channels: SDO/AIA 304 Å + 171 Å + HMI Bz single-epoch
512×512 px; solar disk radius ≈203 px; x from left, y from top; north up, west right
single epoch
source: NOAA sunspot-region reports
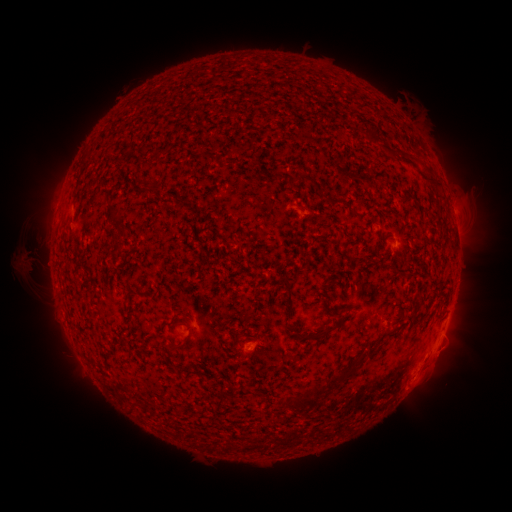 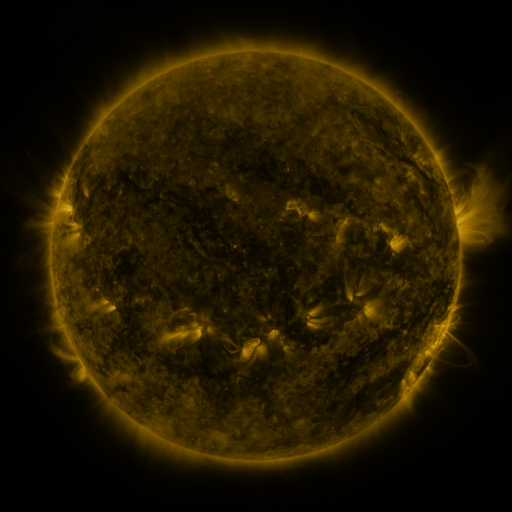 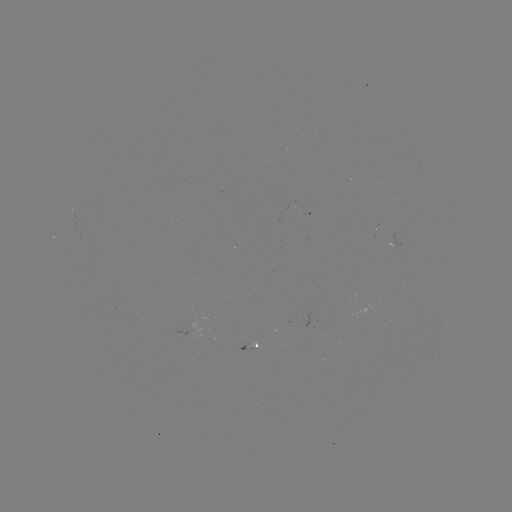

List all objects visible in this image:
spotted active region: (396, 246)
spotted active region: (256, 344)
